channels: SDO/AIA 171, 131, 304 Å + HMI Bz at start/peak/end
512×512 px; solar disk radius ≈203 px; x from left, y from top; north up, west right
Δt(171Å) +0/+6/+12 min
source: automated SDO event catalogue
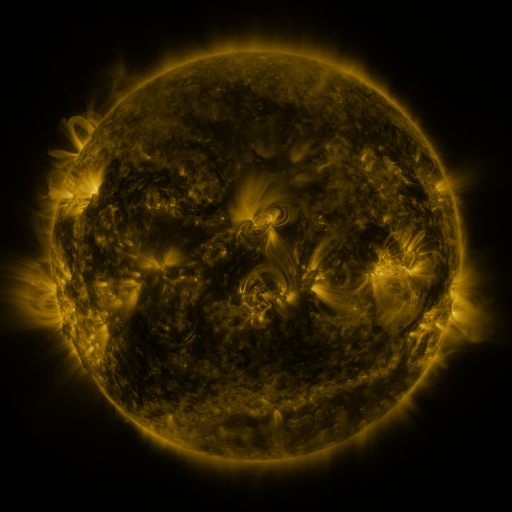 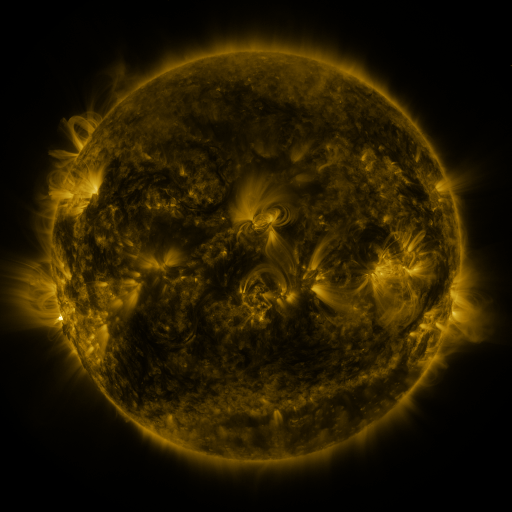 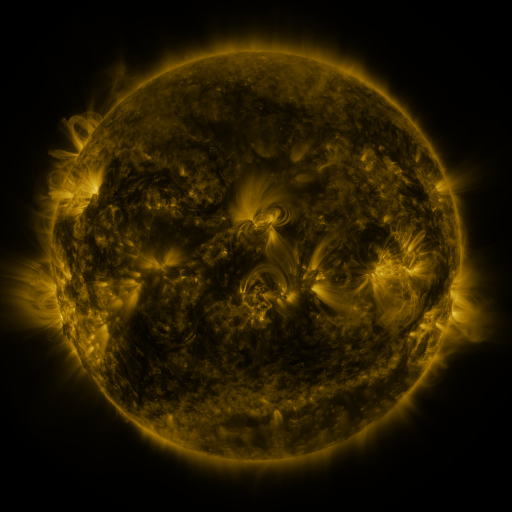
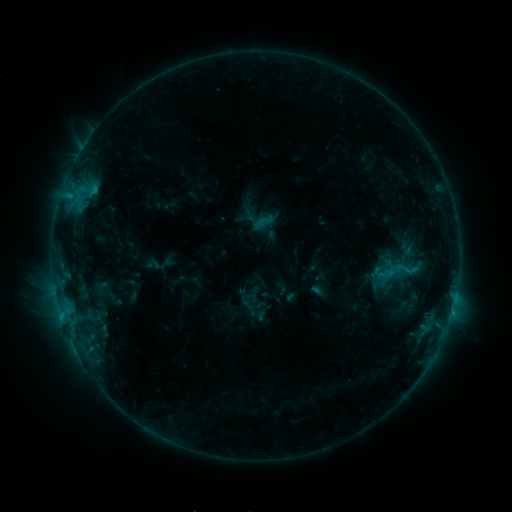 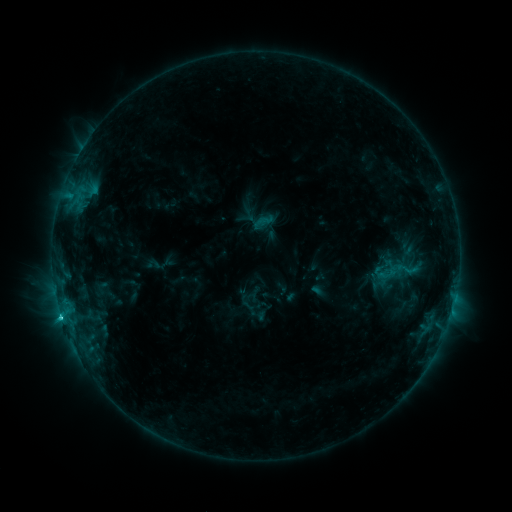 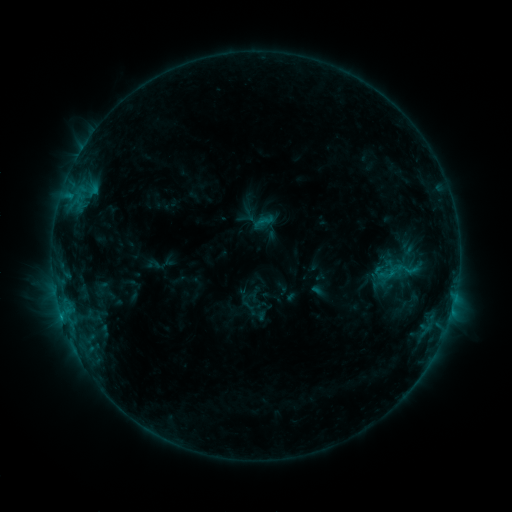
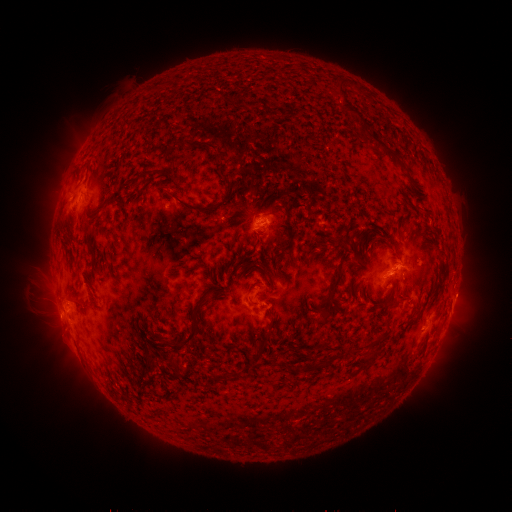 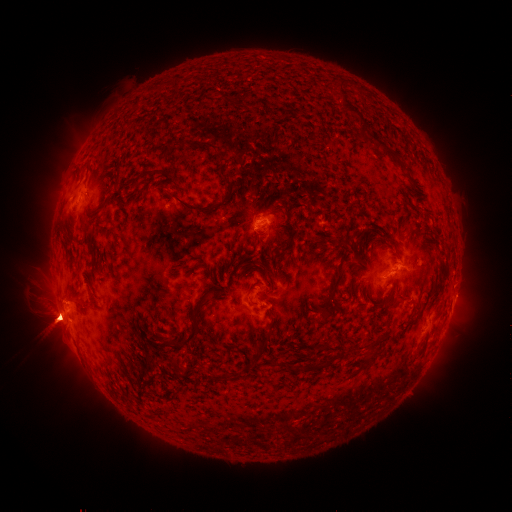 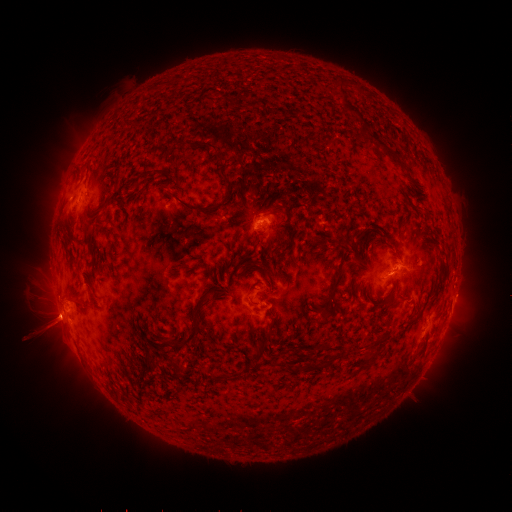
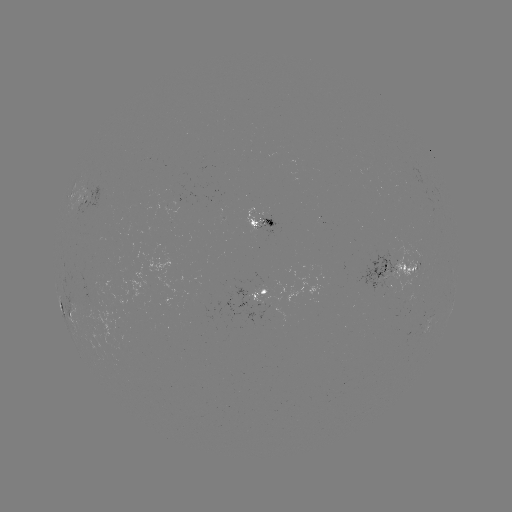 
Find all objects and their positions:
C1.6 flare: (61, 315)
